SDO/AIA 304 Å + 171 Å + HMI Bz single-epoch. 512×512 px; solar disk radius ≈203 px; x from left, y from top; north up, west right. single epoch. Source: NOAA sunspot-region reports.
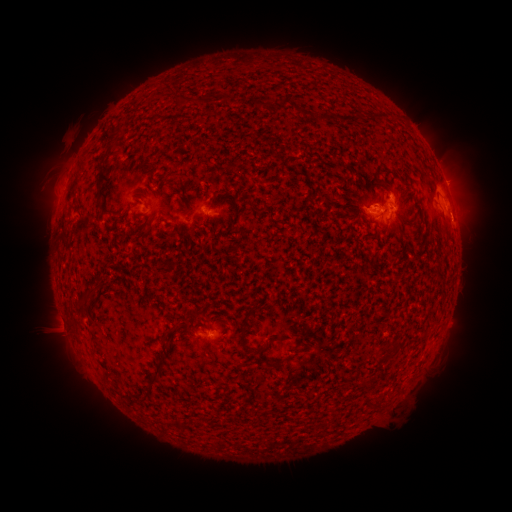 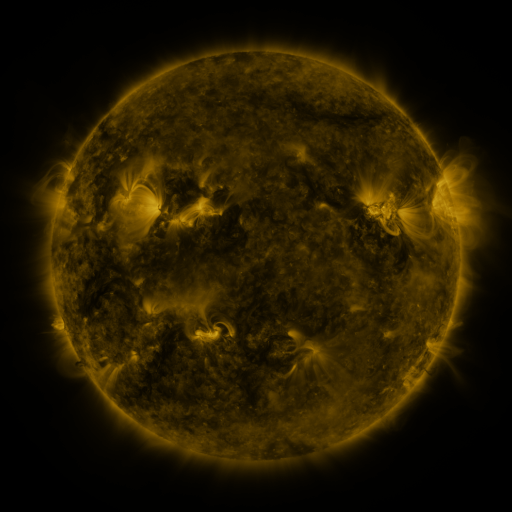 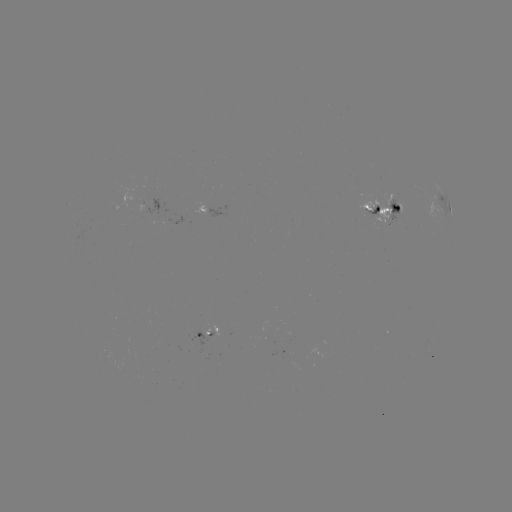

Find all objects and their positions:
spotted active region: (446, 204)
spotted active region: (385, 208)
spotted active region: (146, 214)
spotted active region: (212, 335)
